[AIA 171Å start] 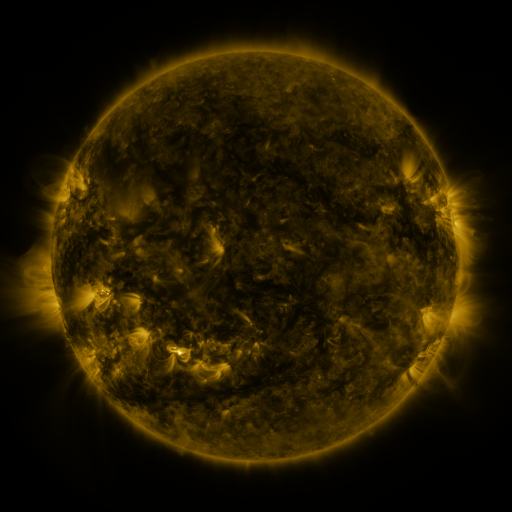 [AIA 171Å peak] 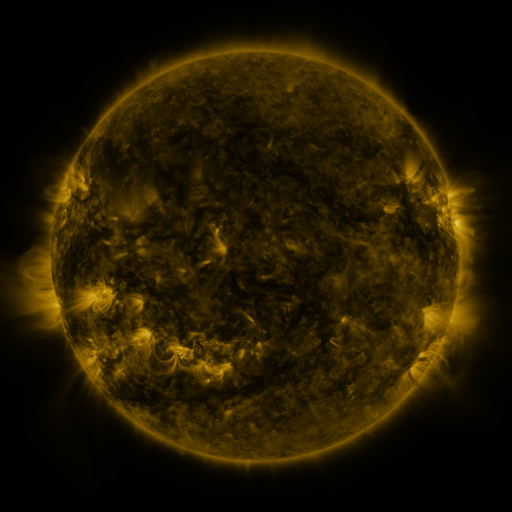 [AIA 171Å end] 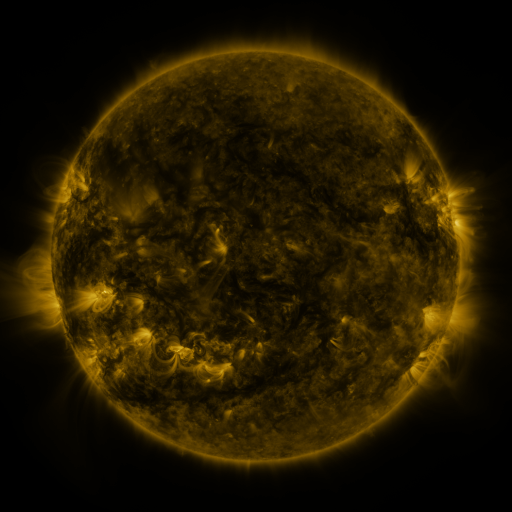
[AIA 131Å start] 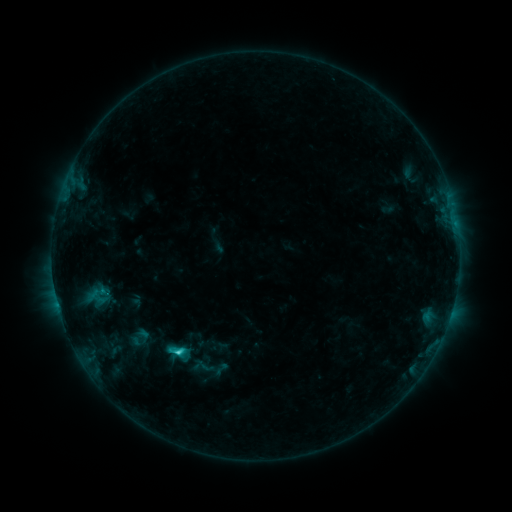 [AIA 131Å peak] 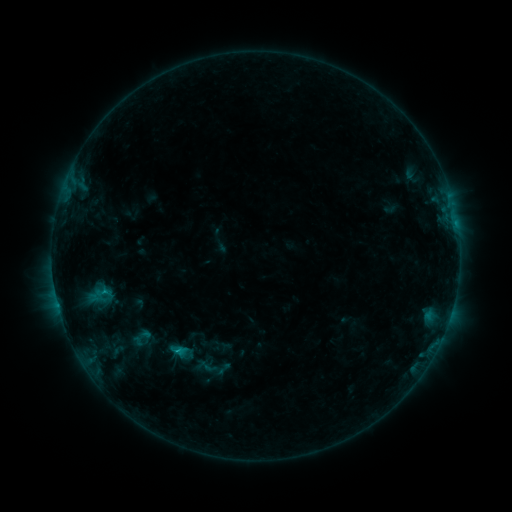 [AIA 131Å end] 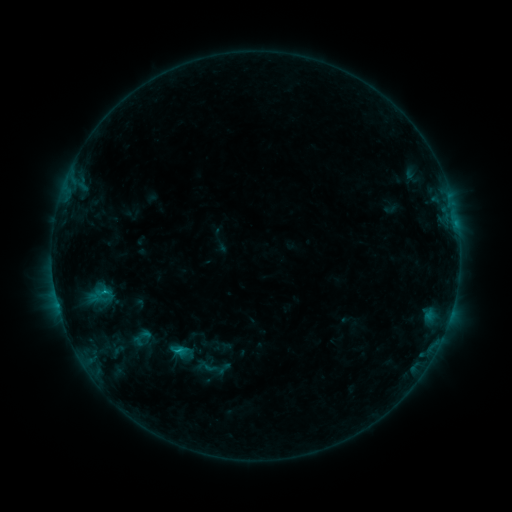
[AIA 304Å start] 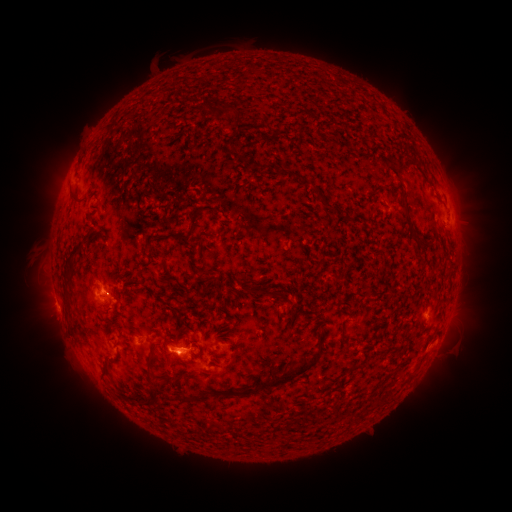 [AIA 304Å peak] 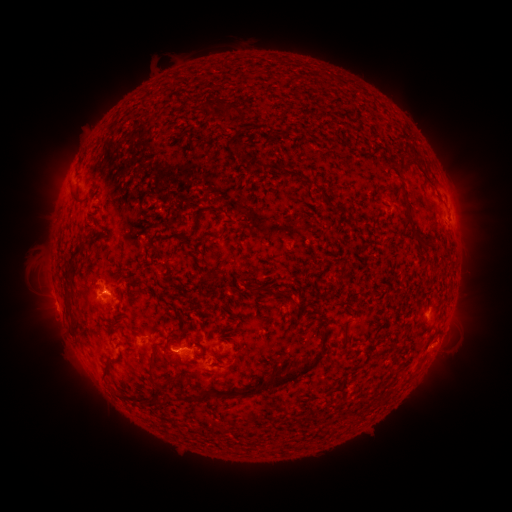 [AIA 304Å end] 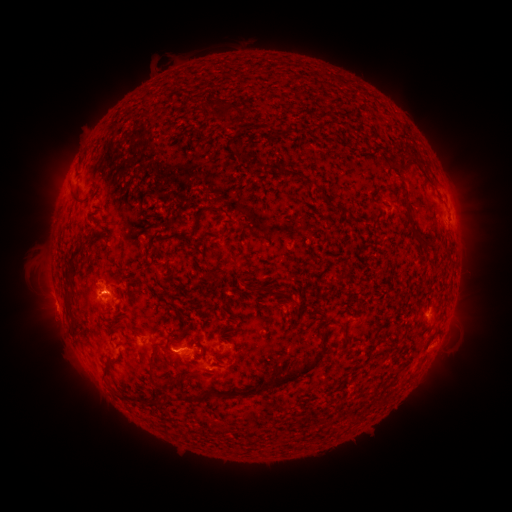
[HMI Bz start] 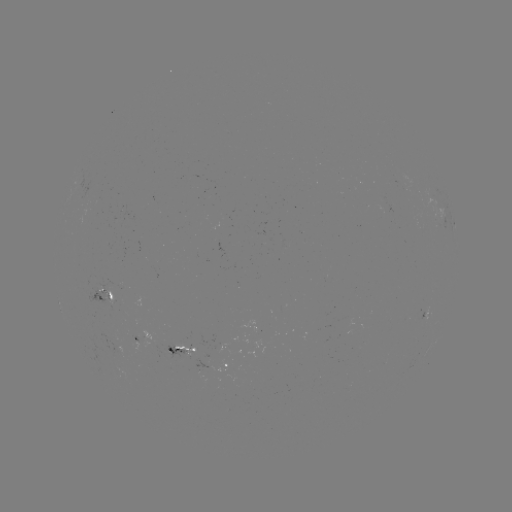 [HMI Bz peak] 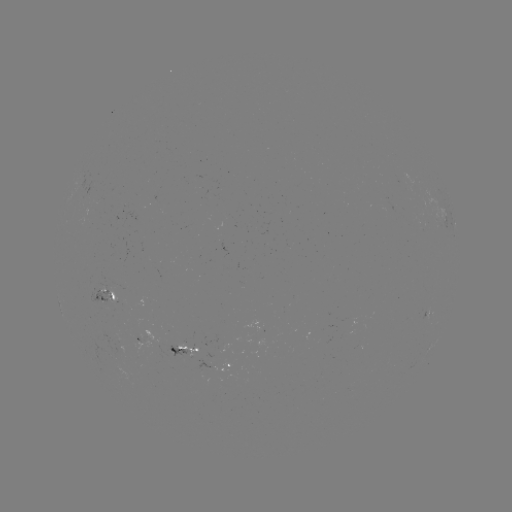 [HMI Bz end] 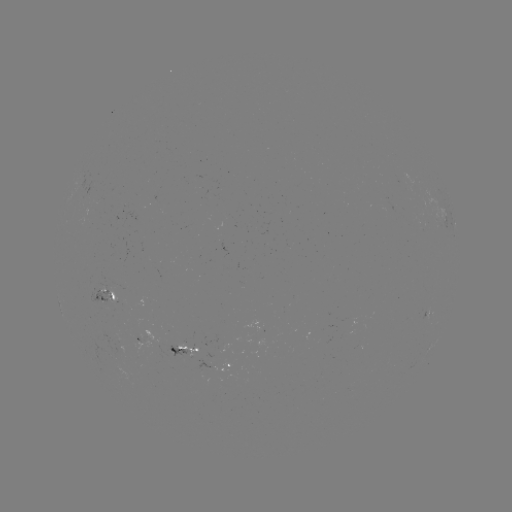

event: emerging-flux region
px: (193, 348)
